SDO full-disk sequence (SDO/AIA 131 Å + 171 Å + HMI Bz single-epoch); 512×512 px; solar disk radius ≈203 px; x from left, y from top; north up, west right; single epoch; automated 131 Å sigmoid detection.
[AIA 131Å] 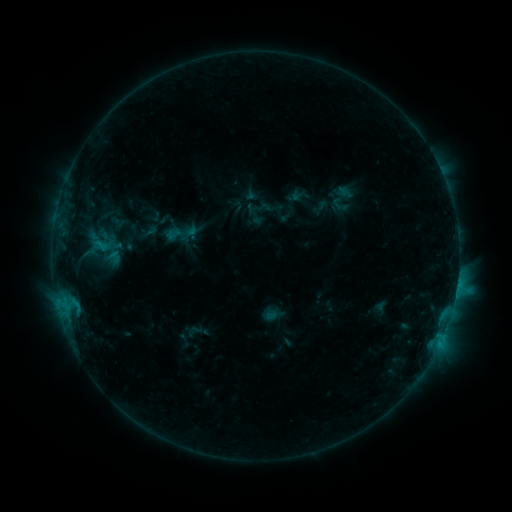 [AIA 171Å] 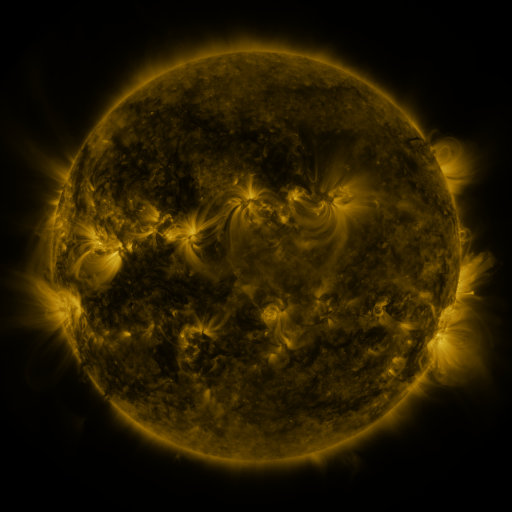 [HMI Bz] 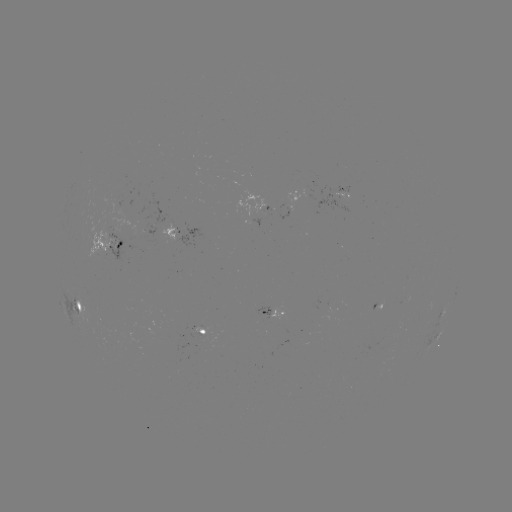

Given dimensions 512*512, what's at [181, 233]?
sigmoid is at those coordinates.